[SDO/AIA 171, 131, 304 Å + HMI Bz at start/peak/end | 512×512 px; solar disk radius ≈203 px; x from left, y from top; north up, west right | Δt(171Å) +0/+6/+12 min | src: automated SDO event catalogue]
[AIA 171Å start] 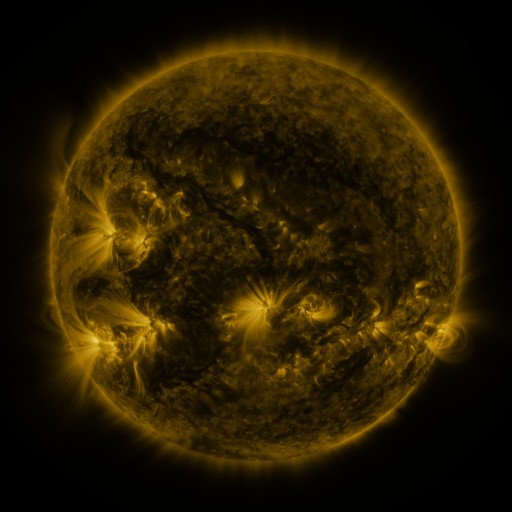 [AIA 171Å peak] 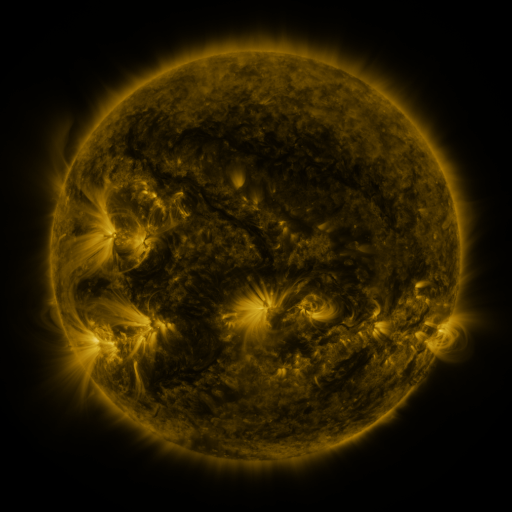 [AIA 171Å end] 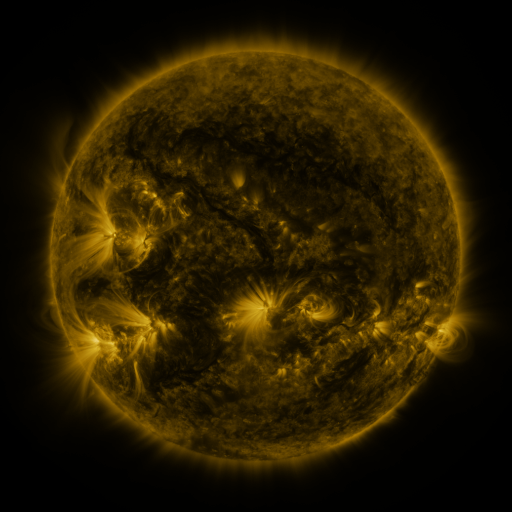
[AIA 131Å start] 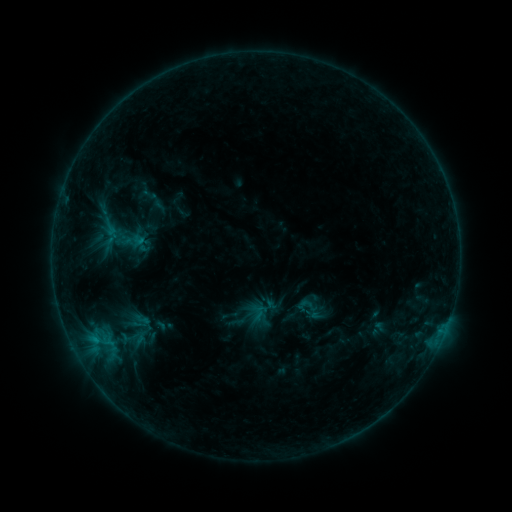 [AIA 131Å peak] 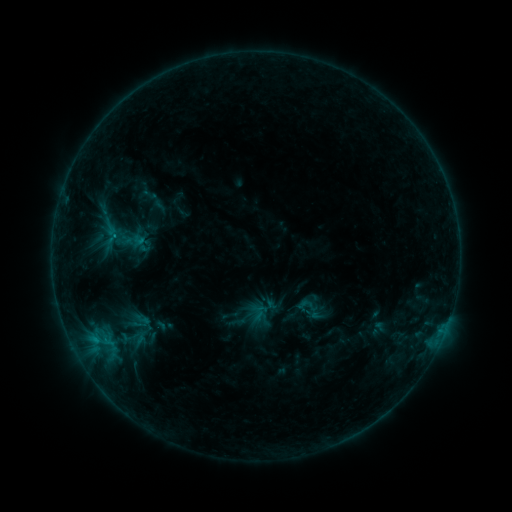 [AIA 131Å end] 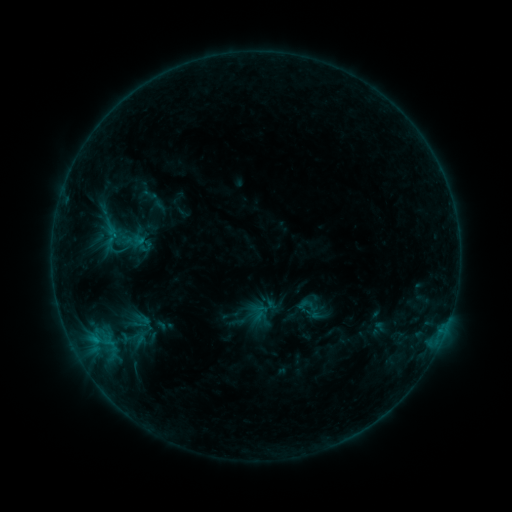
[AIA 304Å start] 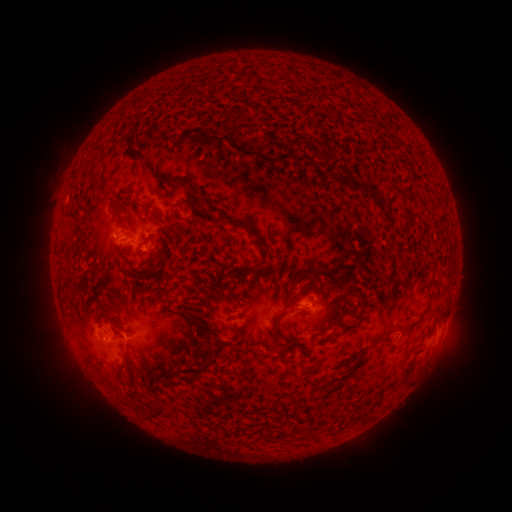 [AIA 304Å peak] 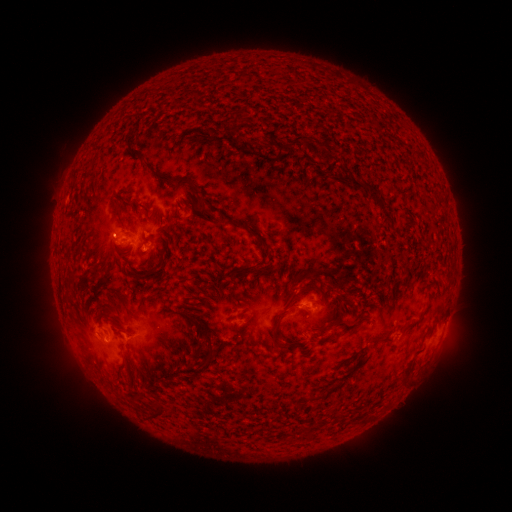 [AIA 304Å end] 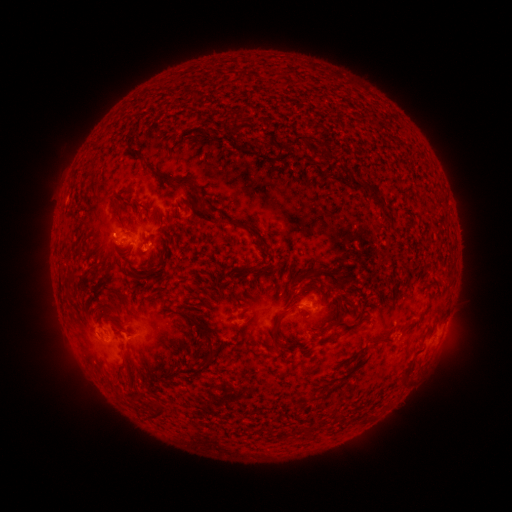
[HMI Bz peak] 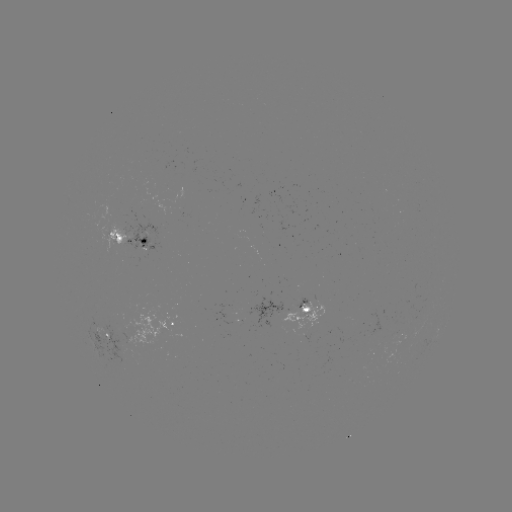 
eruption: [85, 211, 134, 260]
